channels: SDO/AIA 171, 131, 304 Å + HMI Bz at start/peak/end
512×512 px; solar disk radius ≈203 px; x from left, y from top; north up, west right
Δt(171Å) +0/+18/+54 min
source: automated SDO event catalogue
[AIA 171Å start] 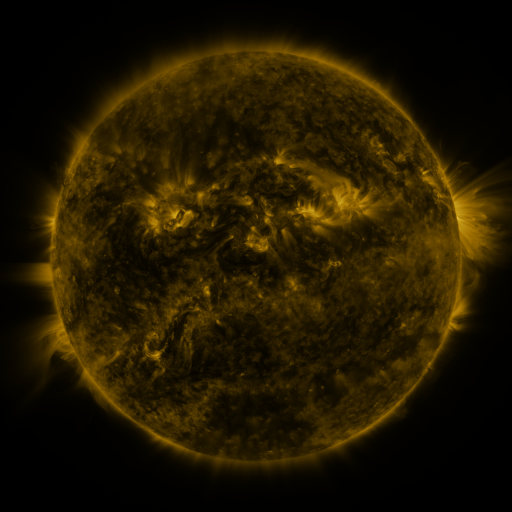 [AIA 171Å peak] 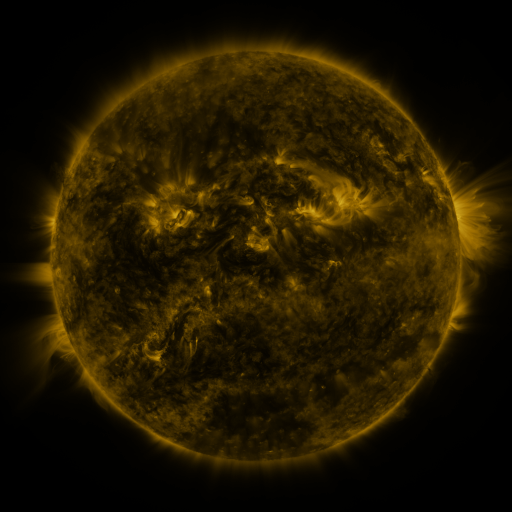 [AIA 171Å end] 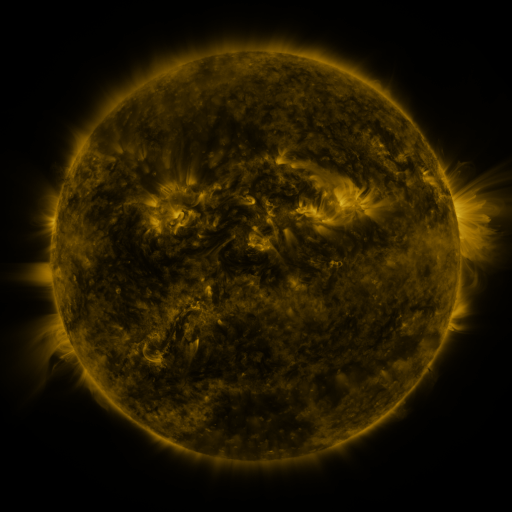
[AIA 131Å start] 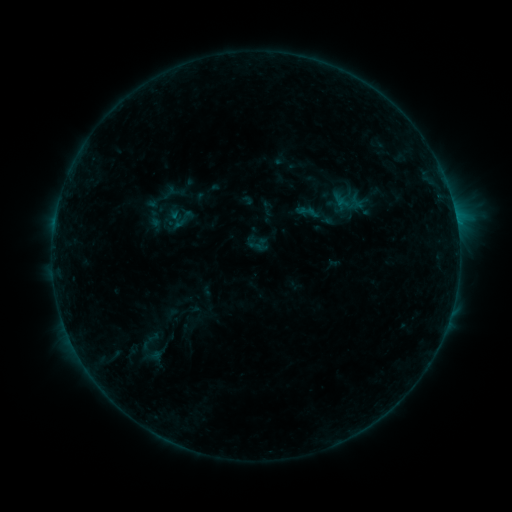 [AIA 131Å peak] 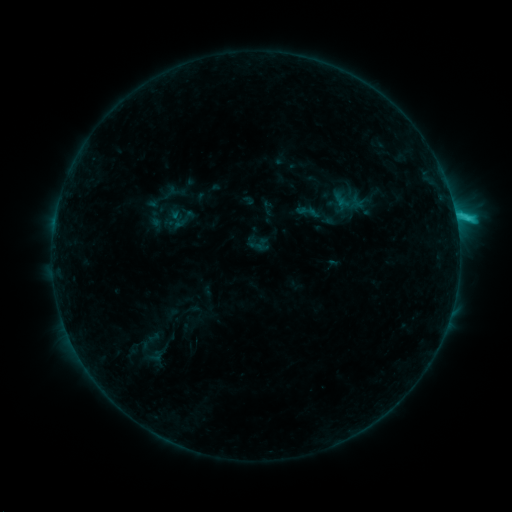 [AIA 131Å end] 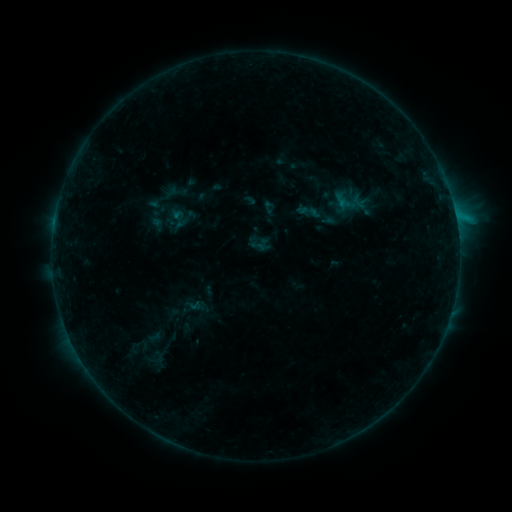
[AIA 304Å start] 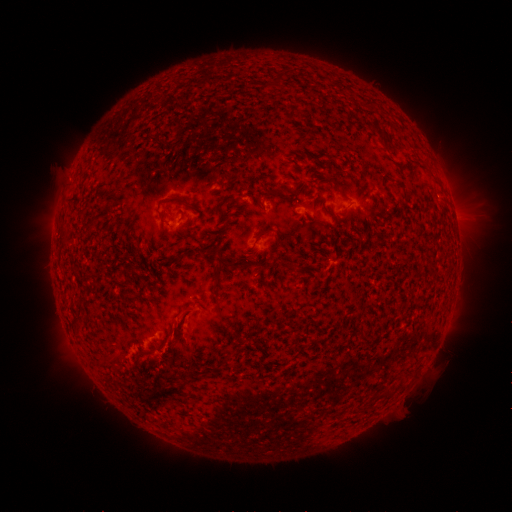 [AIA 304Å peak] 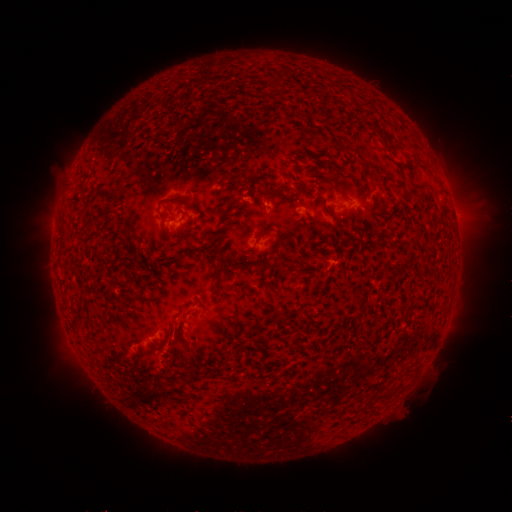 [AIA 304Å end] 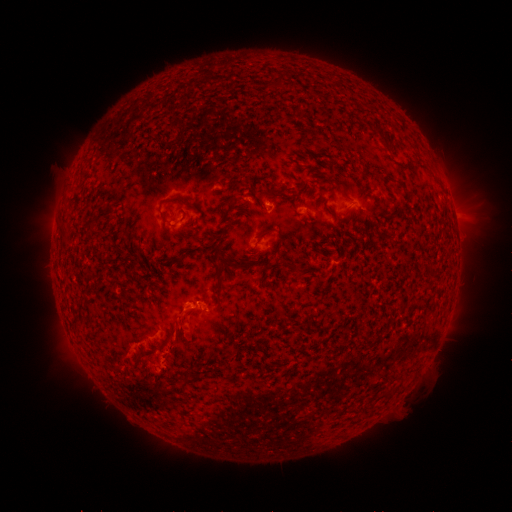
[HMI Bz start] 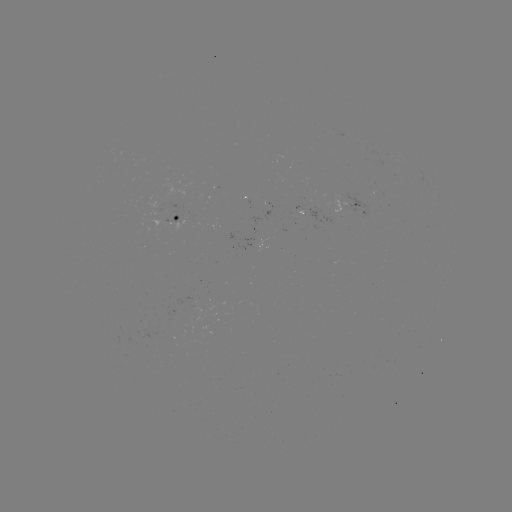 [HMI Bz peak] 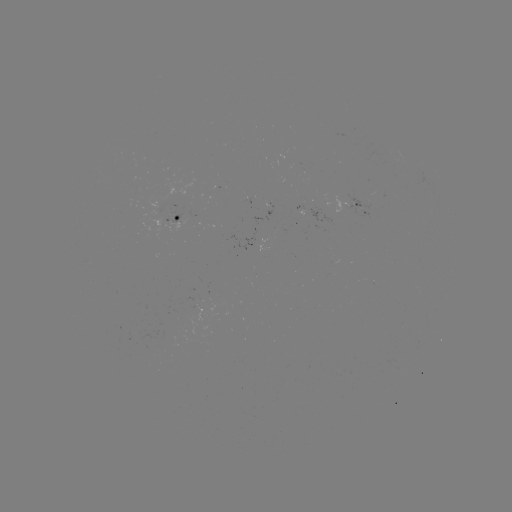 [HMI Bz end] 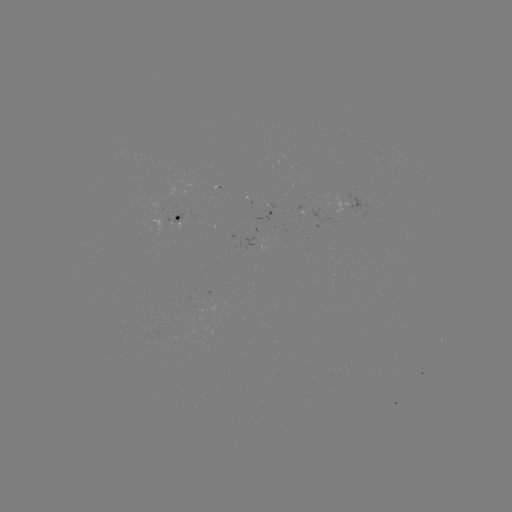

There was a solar flare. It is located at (455, 220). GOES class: C1.6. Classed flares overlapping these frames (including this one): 2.